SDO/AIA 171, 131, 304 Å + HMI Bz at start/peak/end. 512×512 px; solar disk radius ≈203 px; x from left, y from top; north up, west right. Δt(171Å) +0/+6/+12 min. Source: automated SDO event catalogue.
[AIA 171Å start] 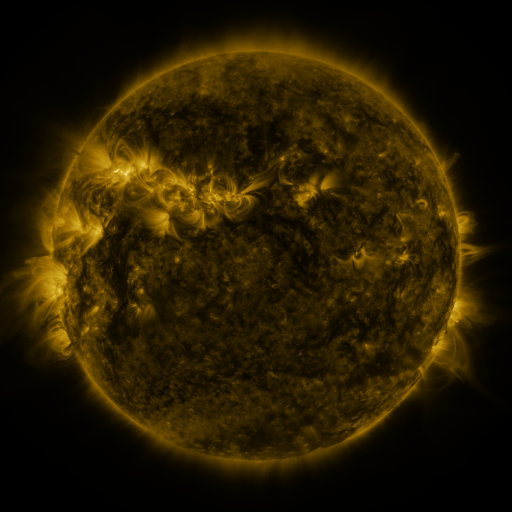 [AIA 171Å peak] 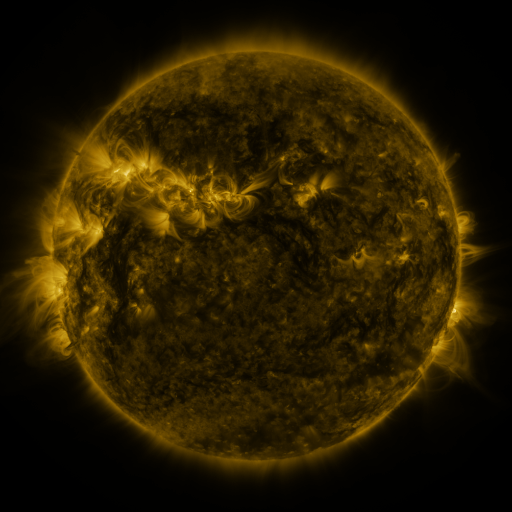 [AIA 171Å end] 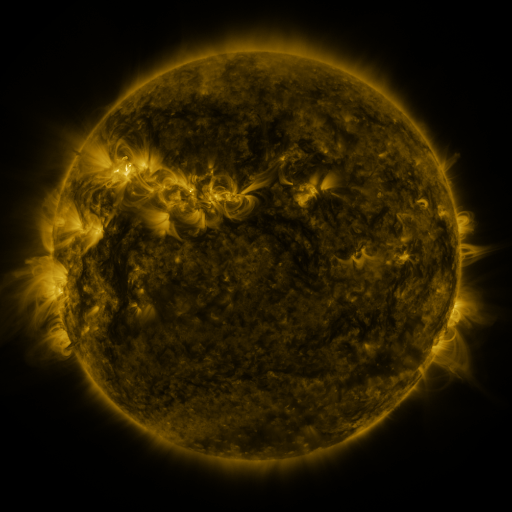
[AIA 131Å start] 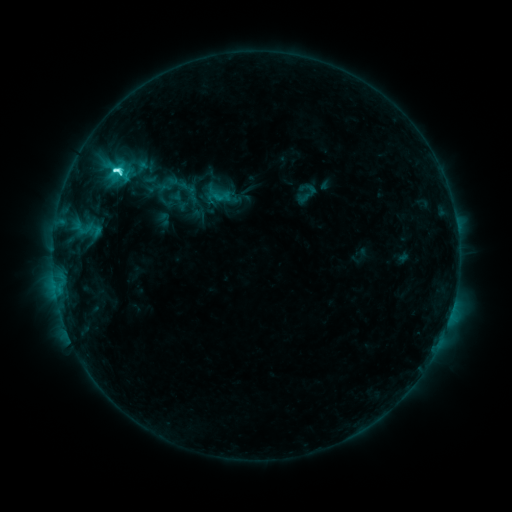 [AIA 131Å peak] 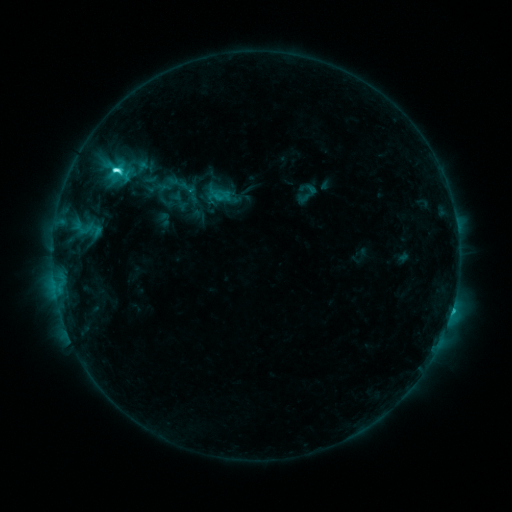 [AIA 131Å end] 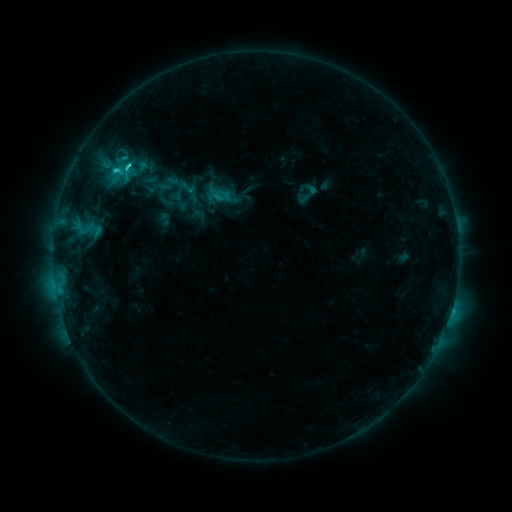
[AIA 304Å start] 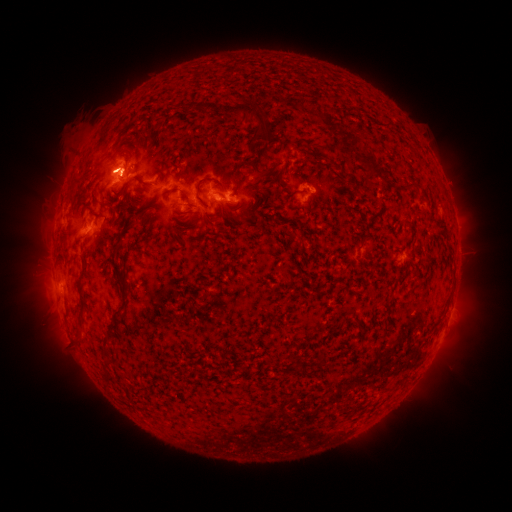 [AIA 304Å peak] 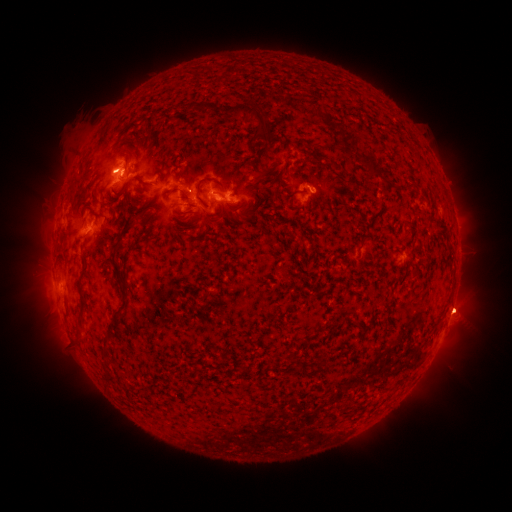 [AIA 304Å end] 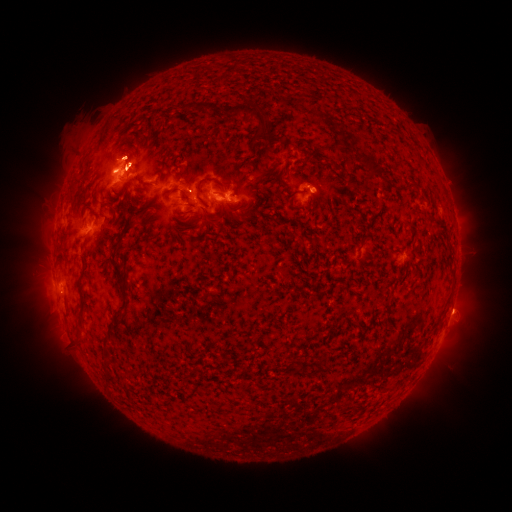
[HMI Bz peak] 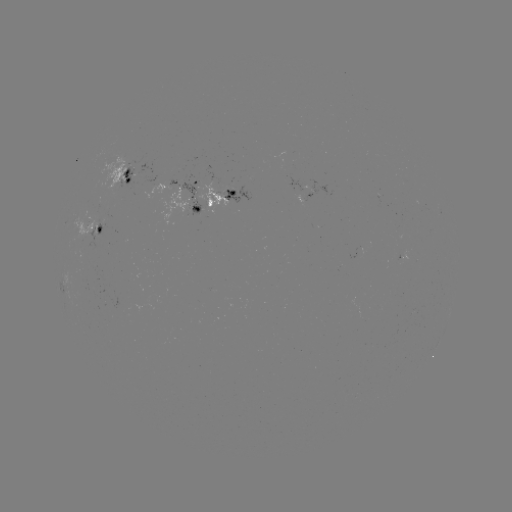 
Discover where eruption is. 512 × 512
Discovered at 458,313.